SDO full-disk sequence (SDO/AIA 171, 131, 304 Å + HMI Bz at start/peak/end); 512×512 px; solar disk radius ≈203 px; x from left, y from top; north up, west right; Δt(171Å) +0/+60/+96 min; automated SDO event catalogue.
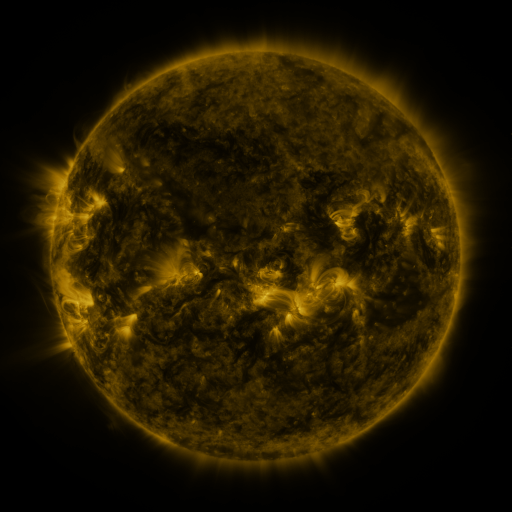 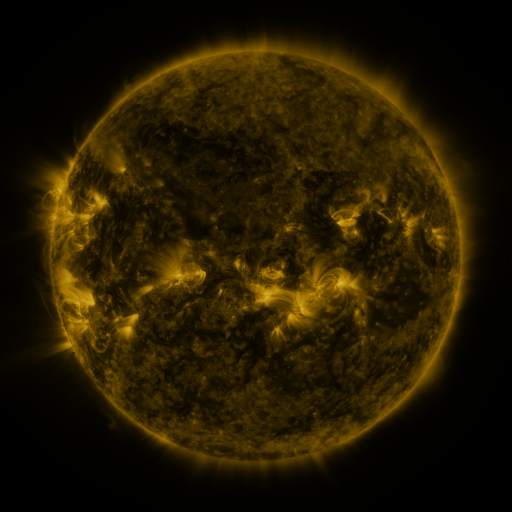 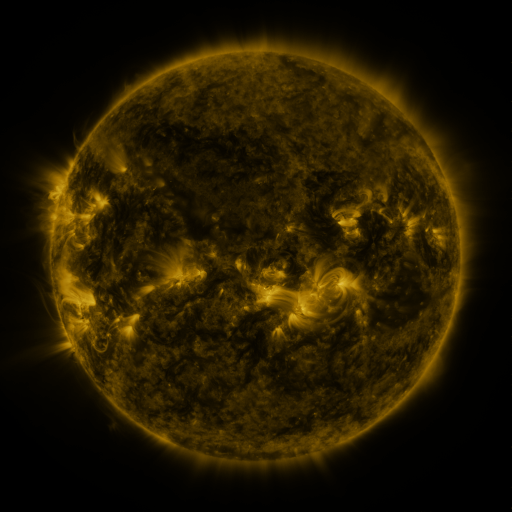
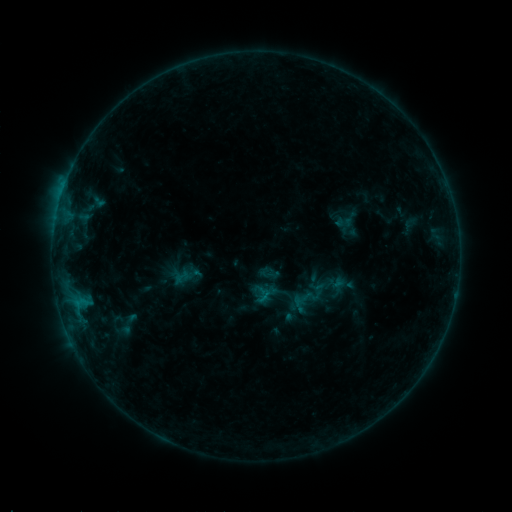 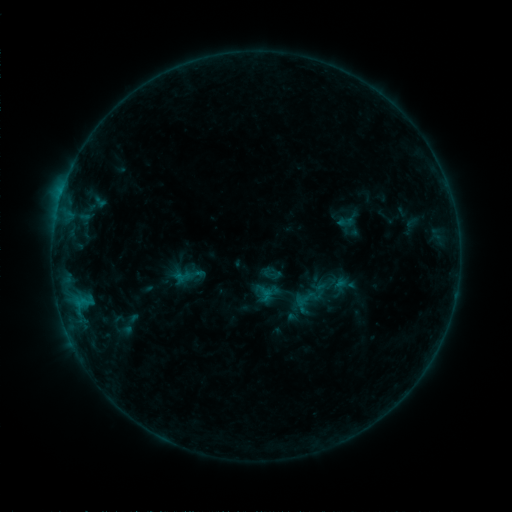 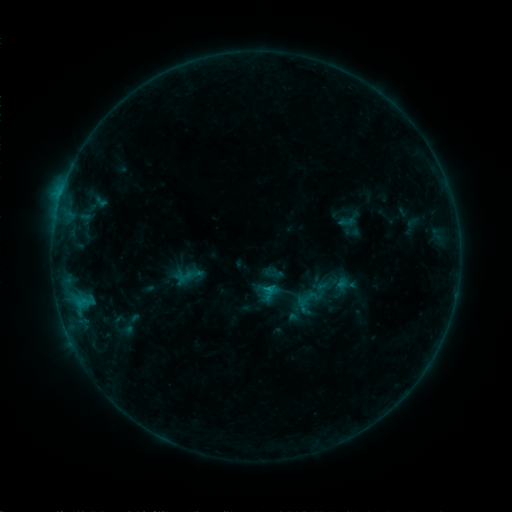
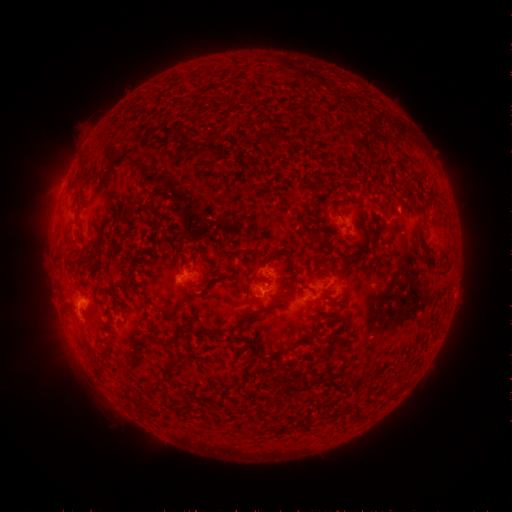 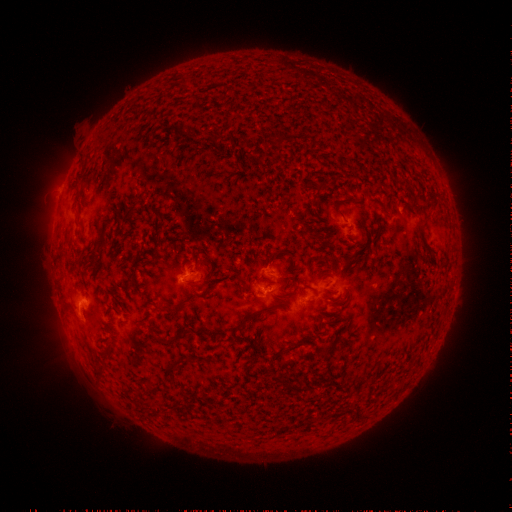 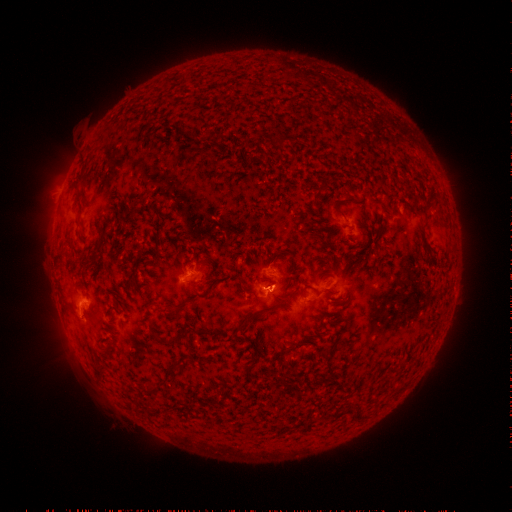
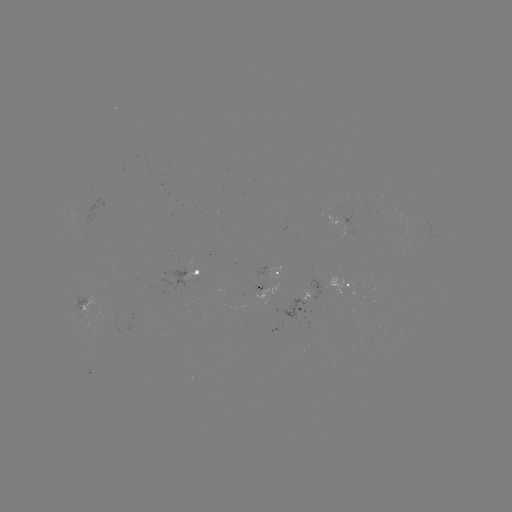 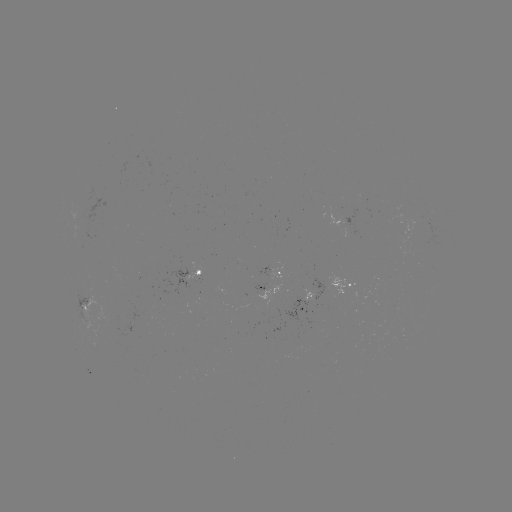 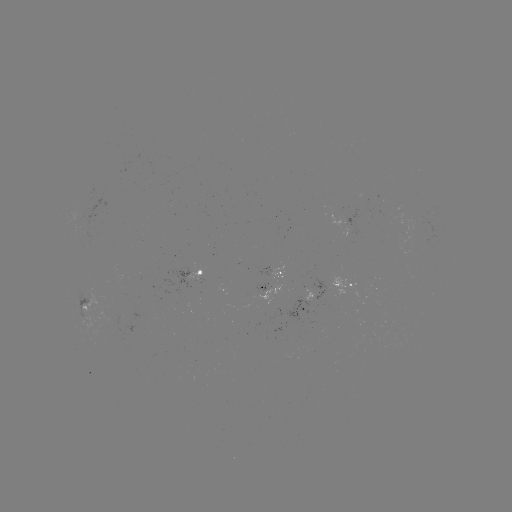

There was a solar emerging-flux region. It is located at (314, 294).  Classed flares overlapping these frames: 1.